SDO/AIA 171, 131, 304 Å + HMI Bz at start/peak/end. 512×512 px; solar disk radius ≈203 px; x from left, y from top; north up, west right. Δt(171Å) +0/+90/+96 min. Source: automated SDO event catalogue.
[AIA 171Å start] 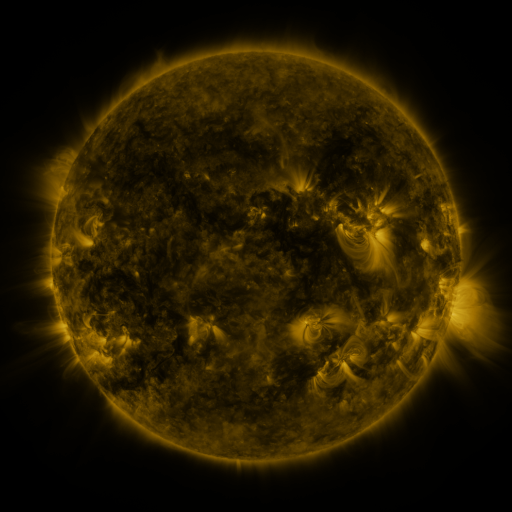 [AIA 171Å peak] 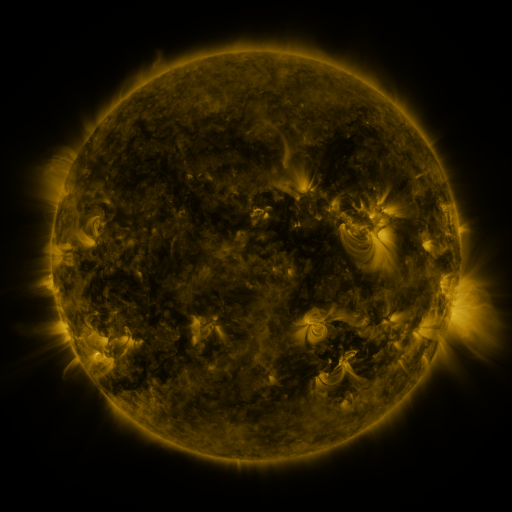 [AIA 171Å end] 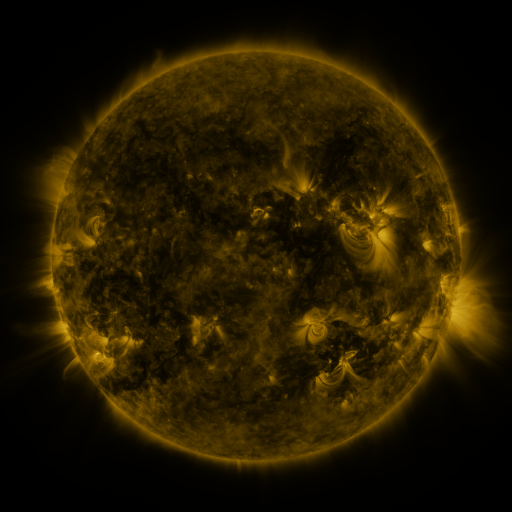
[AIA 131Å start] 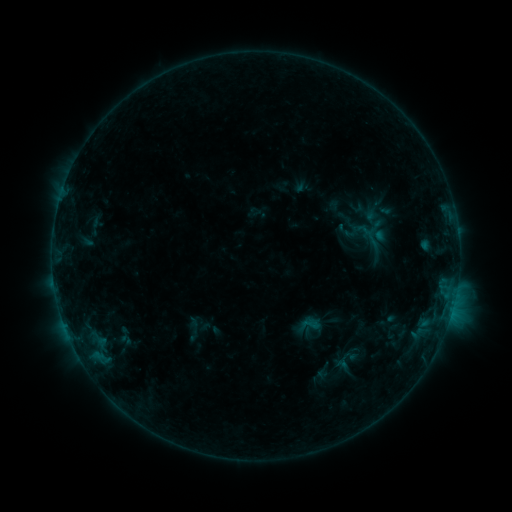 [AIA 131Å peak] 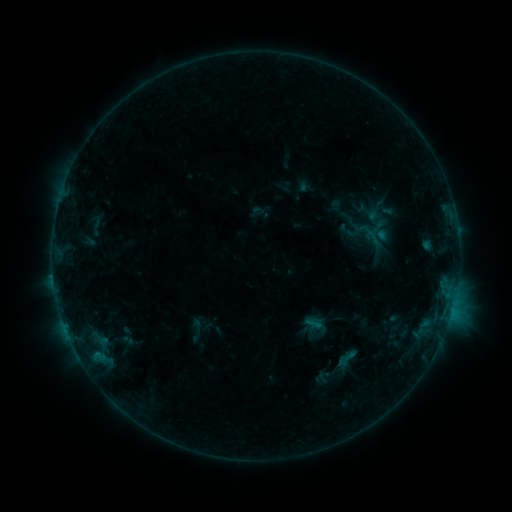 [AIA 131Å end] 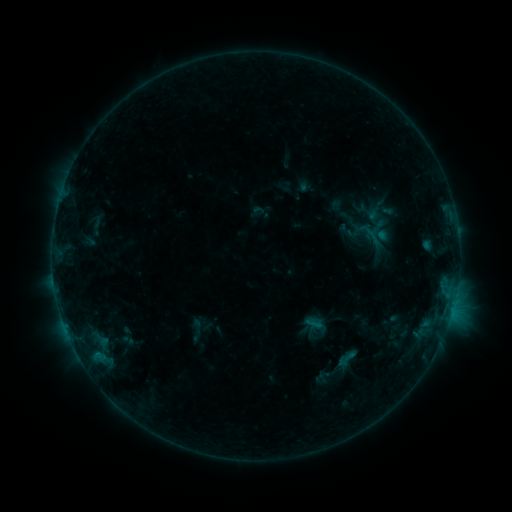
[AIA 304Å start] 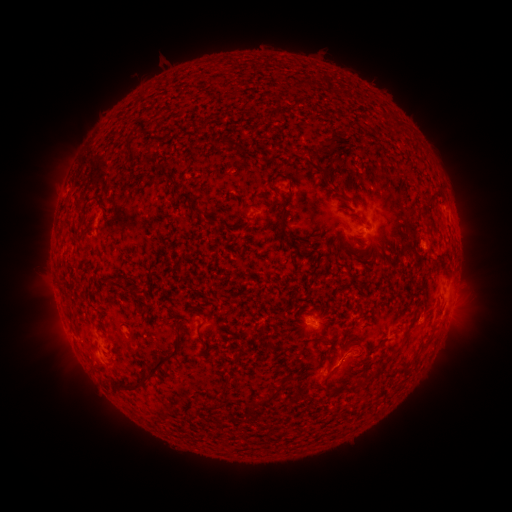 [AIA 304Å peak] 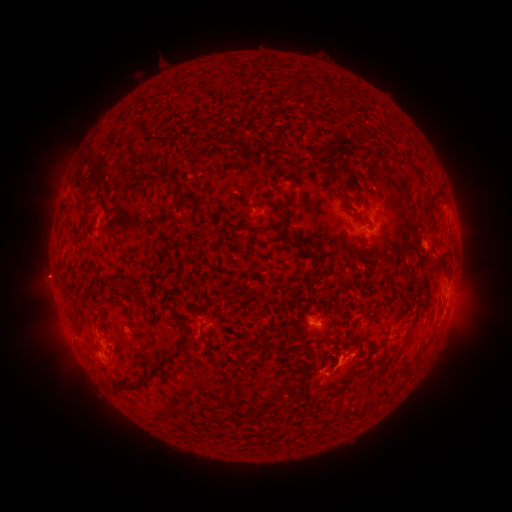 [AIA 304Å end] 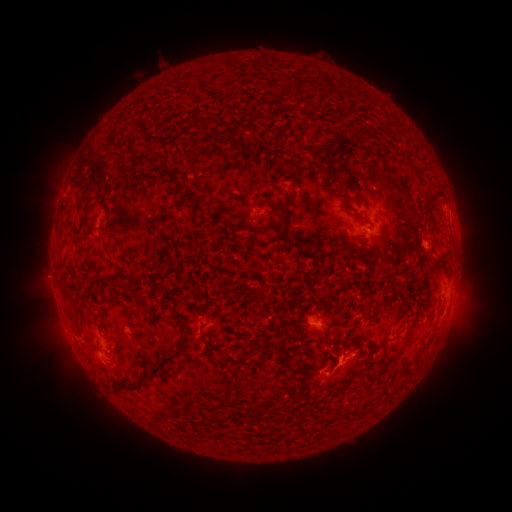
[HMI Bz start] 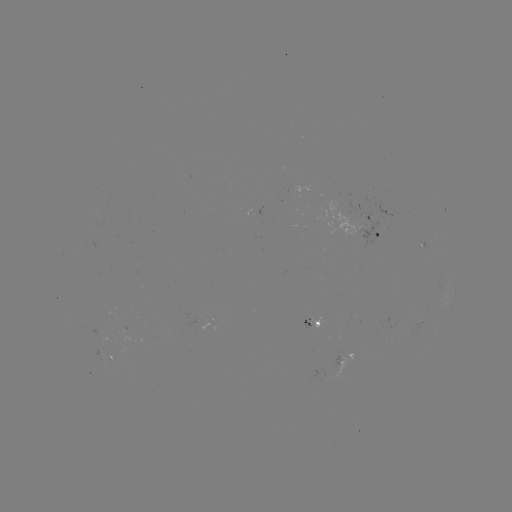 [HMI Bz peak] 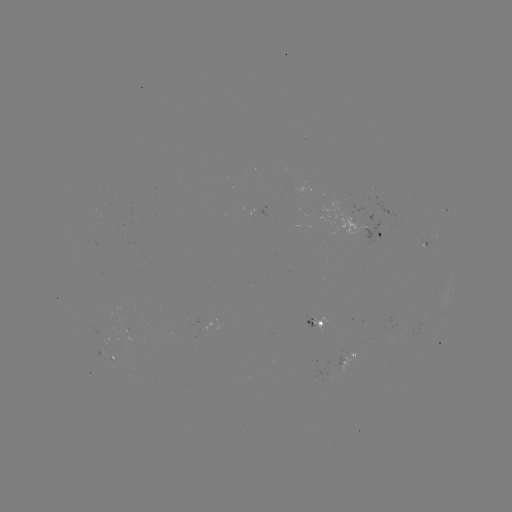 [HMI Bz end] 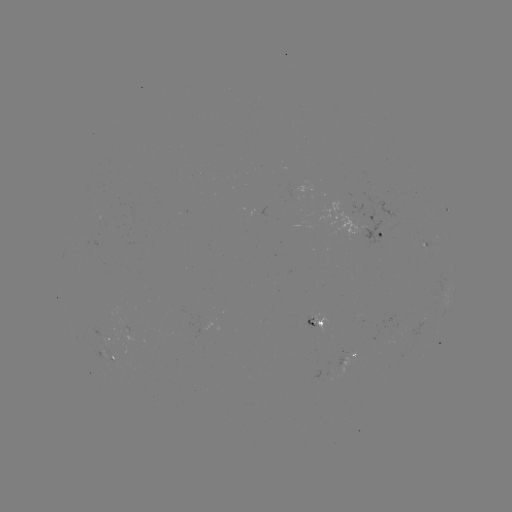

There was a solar flare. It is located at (349, 353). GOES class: B4.1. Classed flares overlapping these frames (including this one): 1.